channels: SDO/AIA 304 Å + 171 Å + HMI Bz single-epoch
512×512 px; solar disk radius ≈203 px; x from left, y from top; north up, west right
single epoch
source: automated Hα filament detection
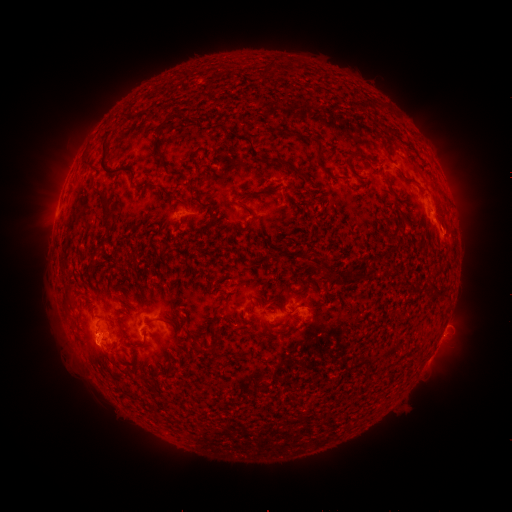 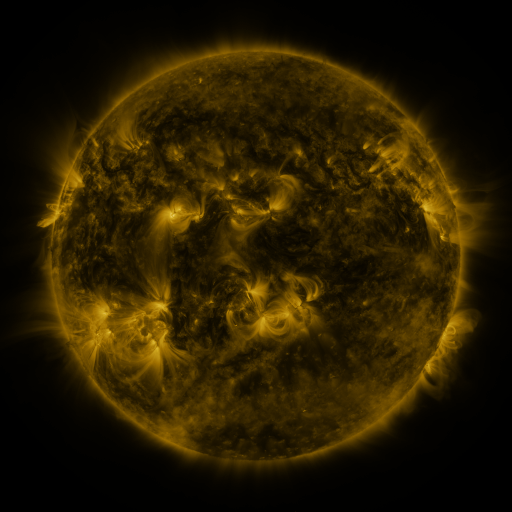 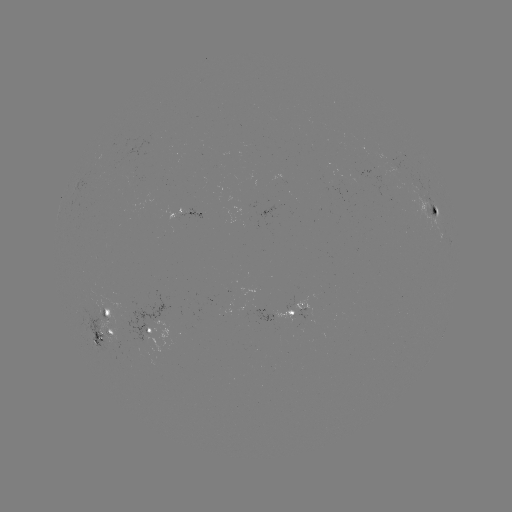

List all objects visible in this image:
filament: (320, 149)
filament: (106, 210)
filament: (435, 212)
filament: (302, 291)
filament: (291, 313)
filament: (171, 325)
